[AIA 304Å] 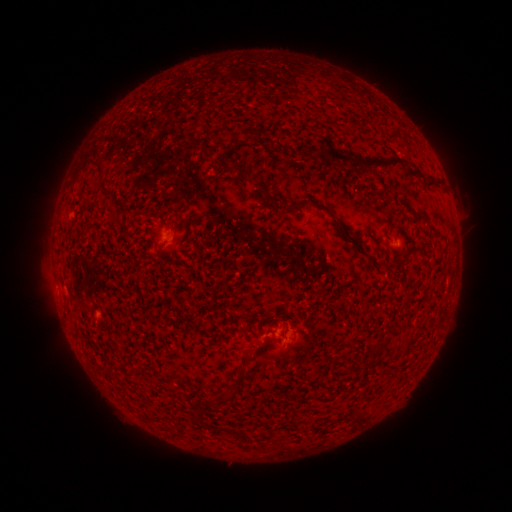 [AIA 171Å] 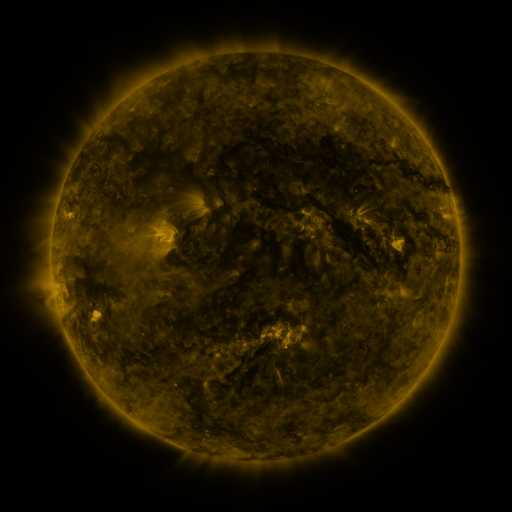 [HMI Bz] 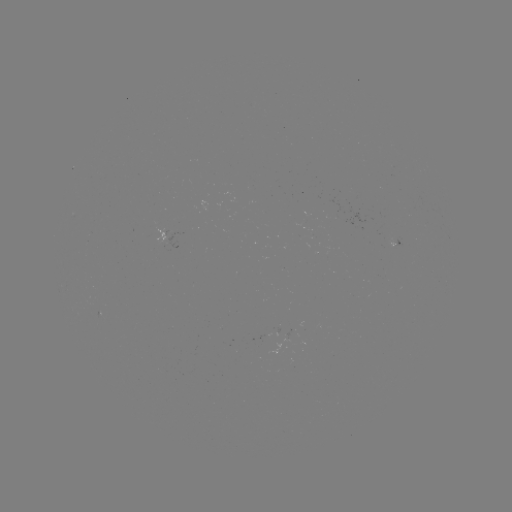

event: spotted active region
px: (174, 239)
